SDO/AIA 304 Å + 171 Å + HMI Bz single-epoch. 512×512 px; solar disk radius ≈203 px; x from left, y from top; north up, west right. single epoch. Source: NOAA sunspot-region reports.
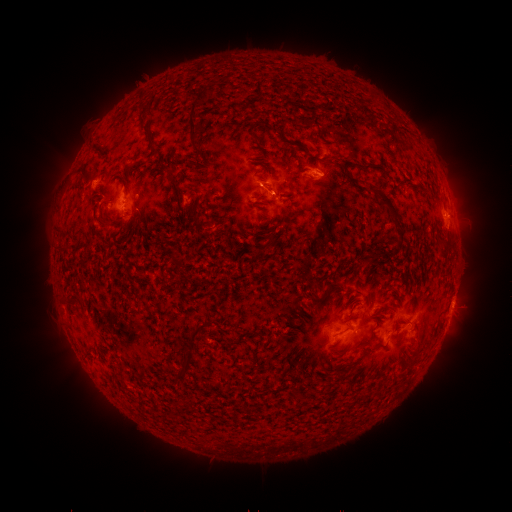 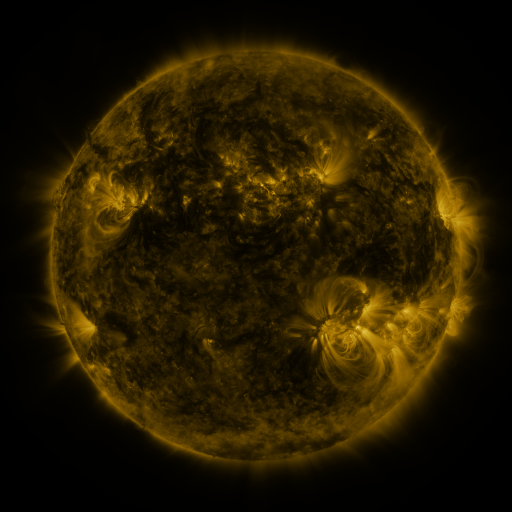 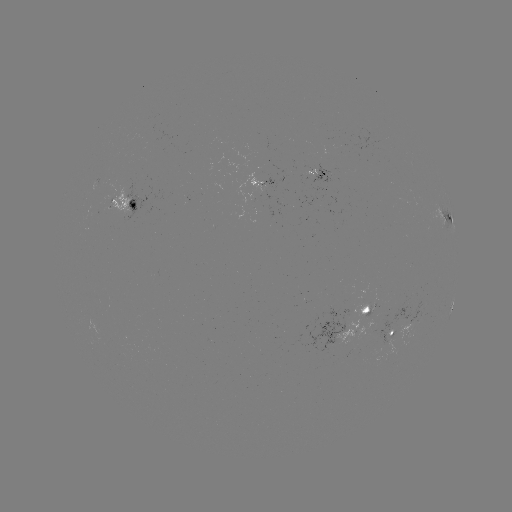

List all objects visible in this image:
spotted active region: (318, 171)
spotted active region: (266, 181)
spotted active region: (128, 200)
spotted active region: (446, 220)
spotted active region: (347, 325)
spotted active region: (392, 337)
